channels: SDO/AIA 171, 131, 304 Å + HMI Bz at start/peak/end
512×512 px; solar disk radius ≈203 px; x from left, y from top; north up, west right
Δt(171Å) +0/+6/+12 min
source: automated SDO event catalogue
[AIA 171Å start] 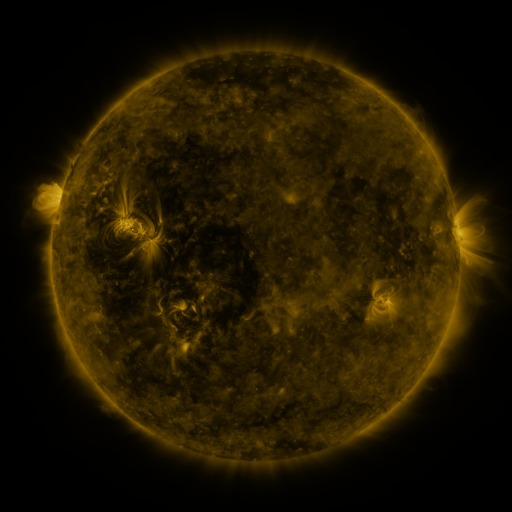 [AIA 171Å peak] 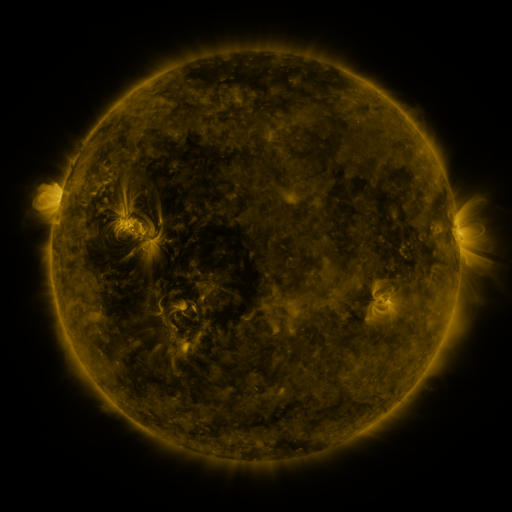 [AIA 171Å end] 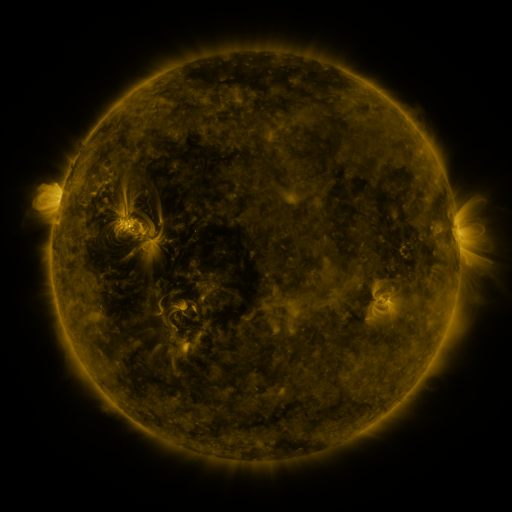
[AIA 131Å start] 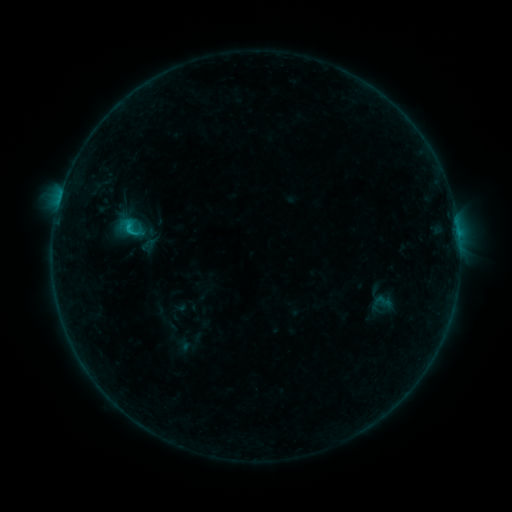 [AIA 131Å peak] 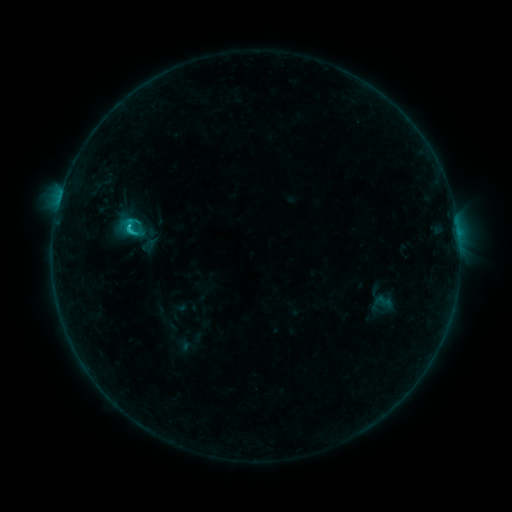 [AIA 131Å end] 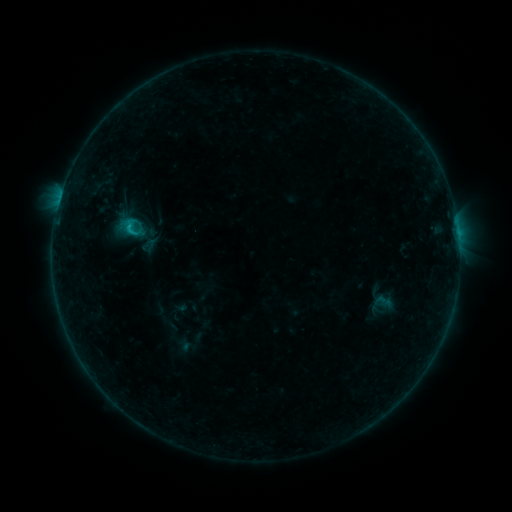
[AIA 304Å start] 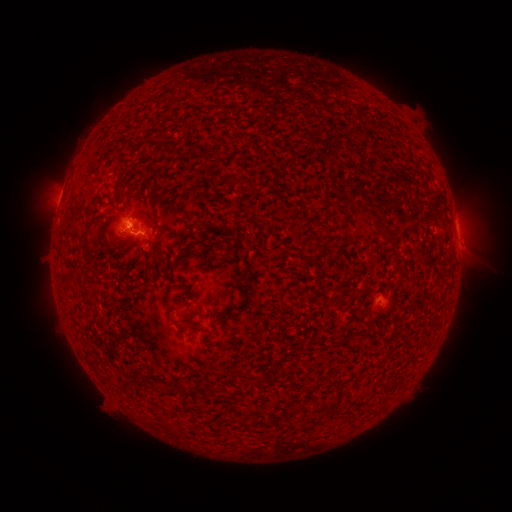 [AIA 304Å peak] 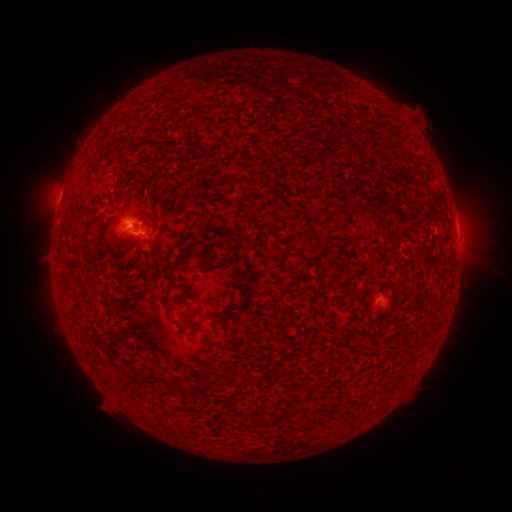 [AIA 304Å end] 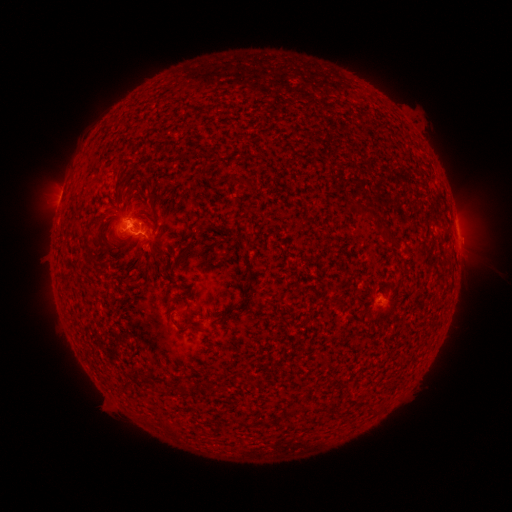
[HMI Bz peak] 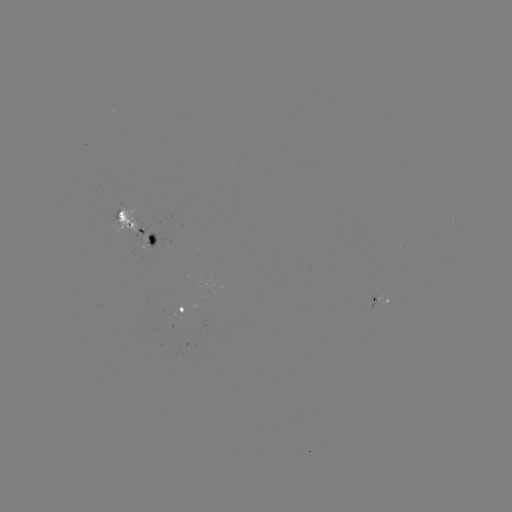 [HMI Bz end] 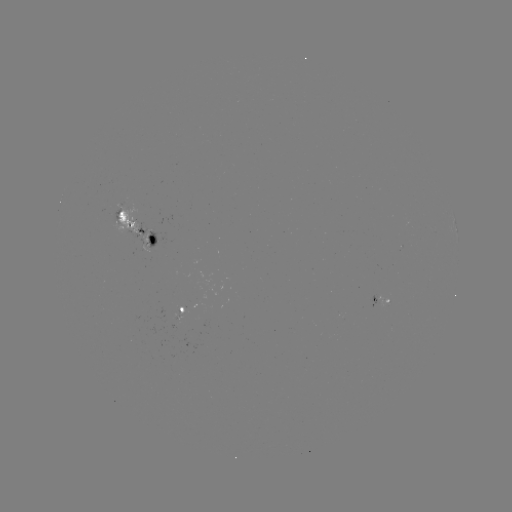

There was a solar flare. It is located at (130, 229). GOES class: C1.1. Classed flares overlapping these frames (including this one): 1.